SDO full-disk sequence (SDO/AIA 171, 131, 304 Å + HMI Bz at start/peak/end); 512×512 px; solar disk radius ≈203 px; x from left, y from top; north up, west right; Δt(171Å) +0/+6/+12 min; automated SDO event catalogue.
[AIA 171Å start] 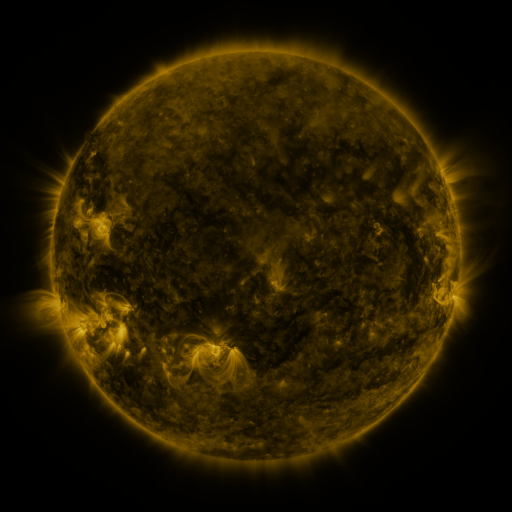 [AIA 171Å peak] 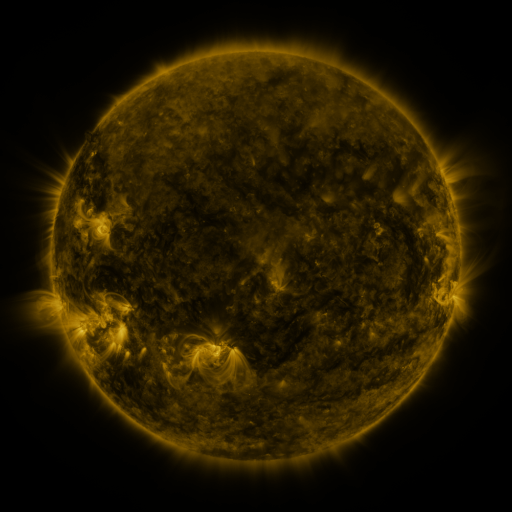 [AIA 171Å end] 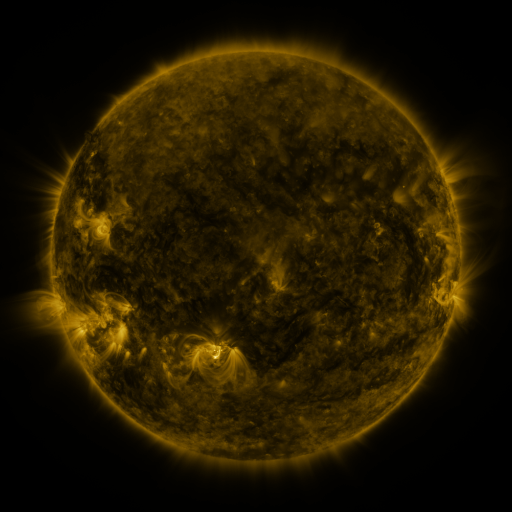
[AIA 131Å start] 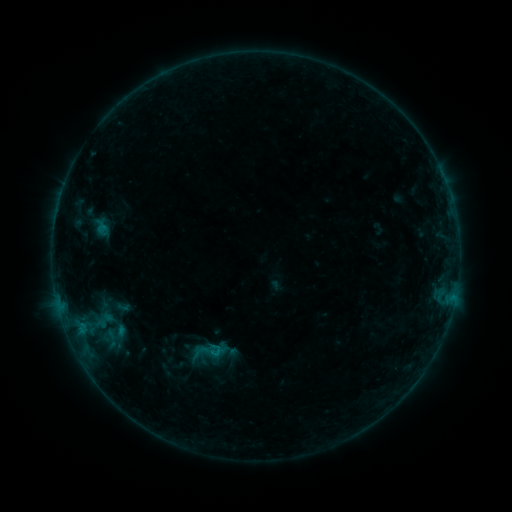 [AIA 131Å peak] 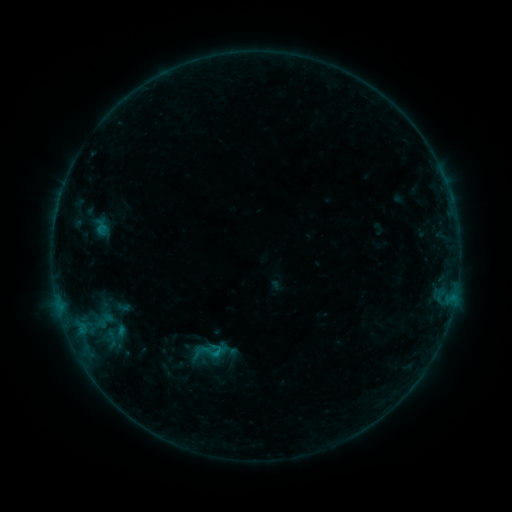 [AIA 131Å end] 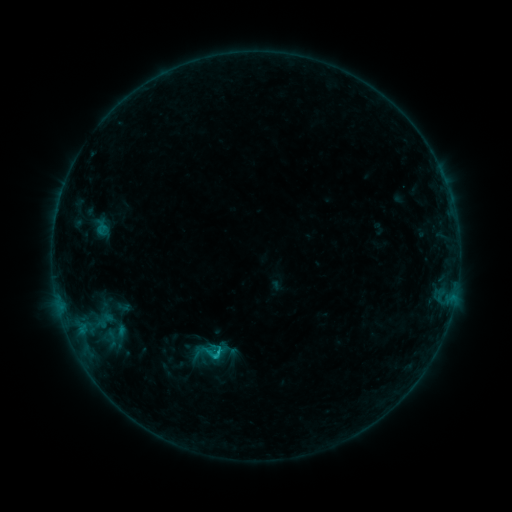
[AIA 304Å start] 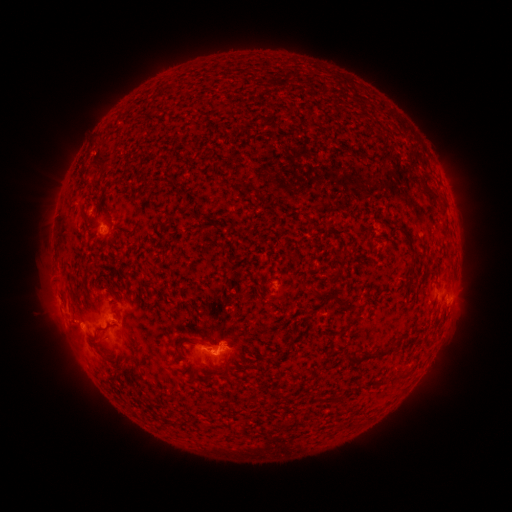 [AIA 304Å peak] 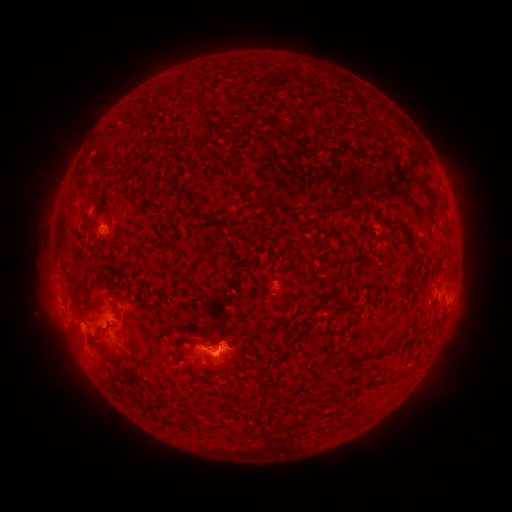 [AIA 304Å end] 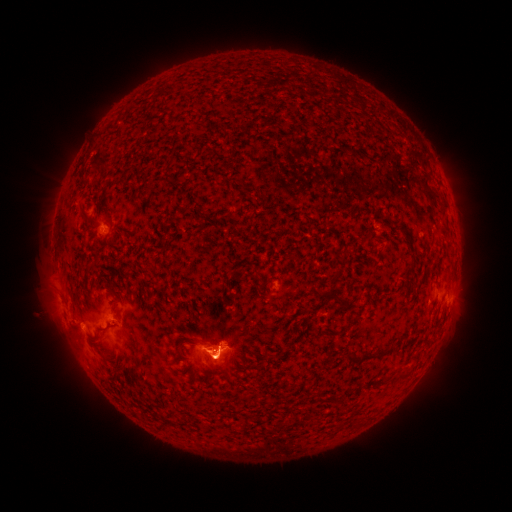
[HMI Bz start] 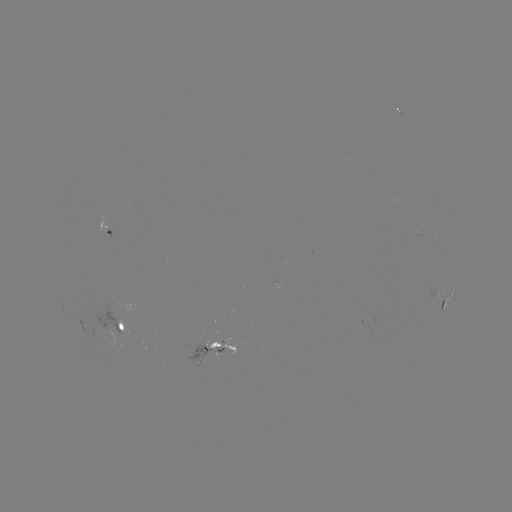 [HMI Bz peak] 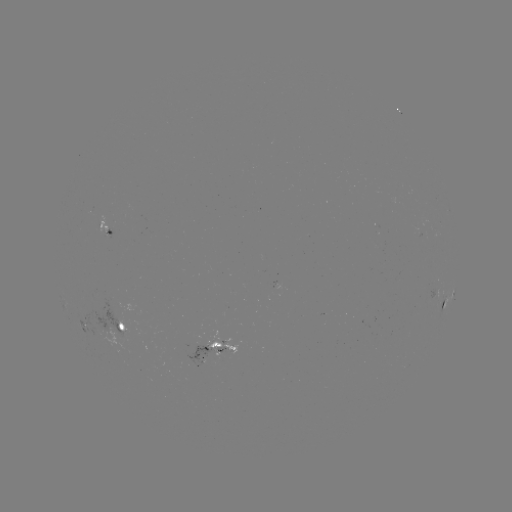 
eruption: [184, 318, 240, 389]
